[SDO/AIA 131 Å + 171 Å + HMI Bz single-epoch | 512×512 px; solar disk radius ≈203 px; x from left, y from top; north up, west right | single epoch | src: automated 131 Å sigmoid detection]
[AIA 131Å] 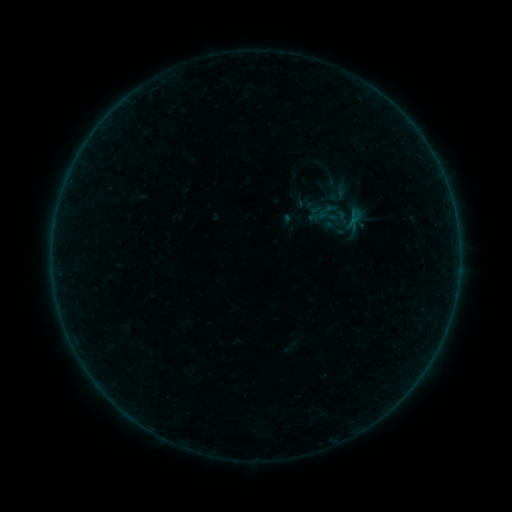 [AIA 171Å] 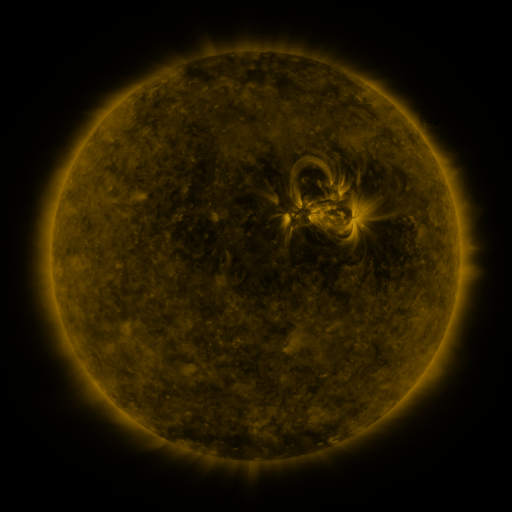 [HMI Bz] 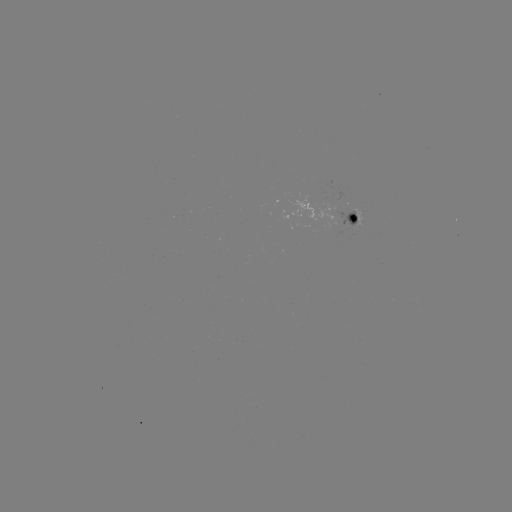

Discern sigmoid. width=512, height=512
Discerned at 325,211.